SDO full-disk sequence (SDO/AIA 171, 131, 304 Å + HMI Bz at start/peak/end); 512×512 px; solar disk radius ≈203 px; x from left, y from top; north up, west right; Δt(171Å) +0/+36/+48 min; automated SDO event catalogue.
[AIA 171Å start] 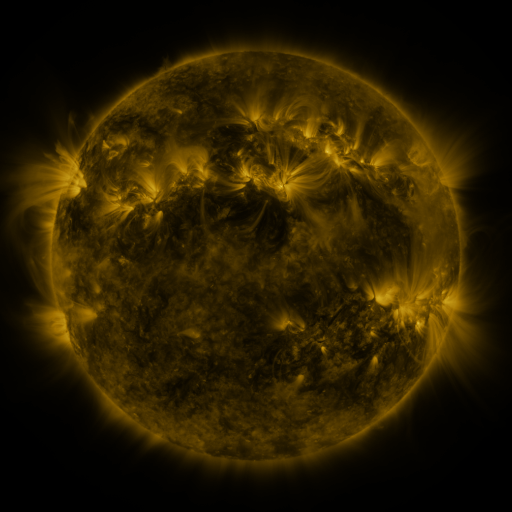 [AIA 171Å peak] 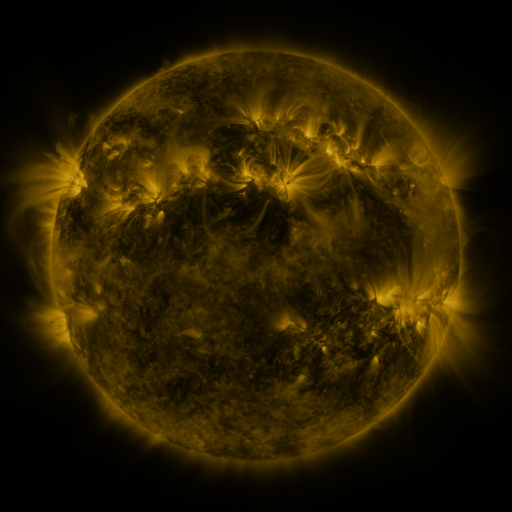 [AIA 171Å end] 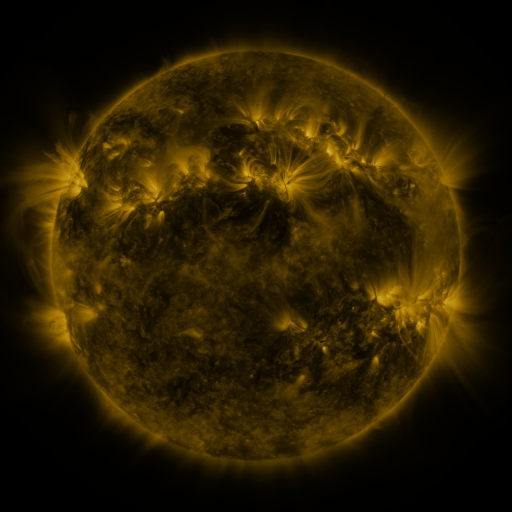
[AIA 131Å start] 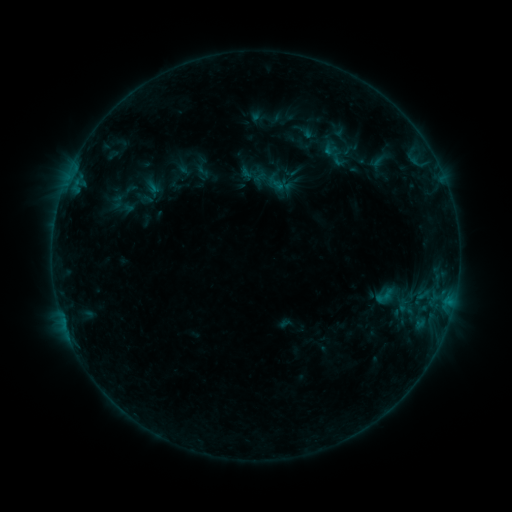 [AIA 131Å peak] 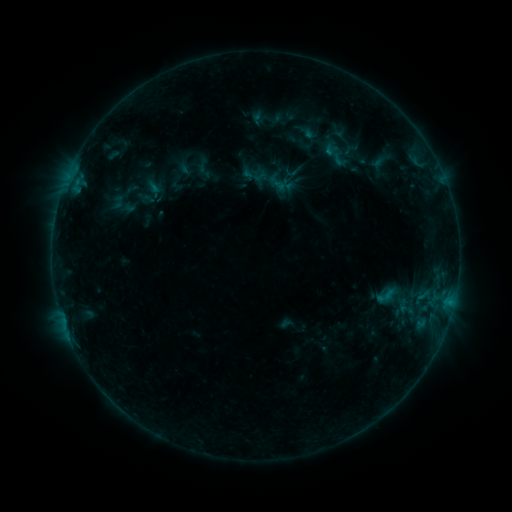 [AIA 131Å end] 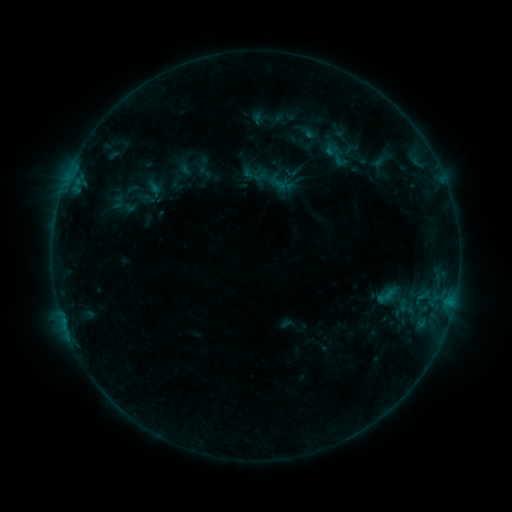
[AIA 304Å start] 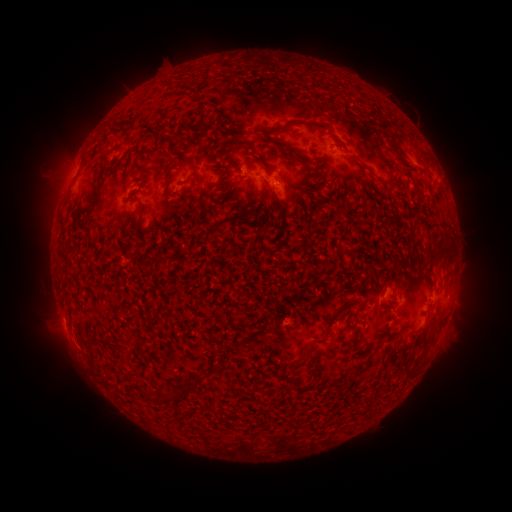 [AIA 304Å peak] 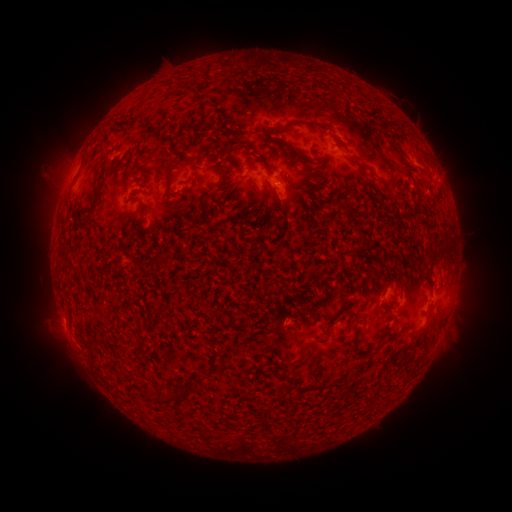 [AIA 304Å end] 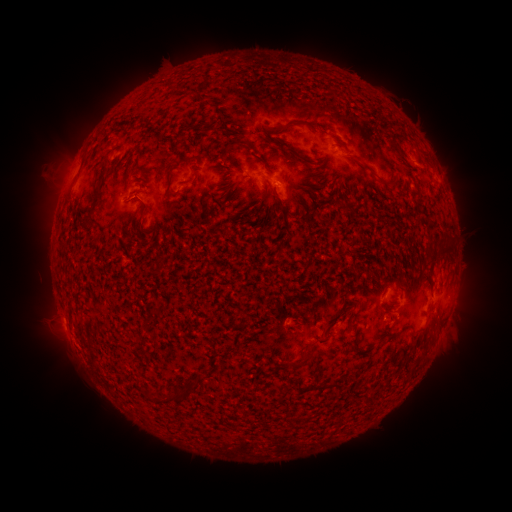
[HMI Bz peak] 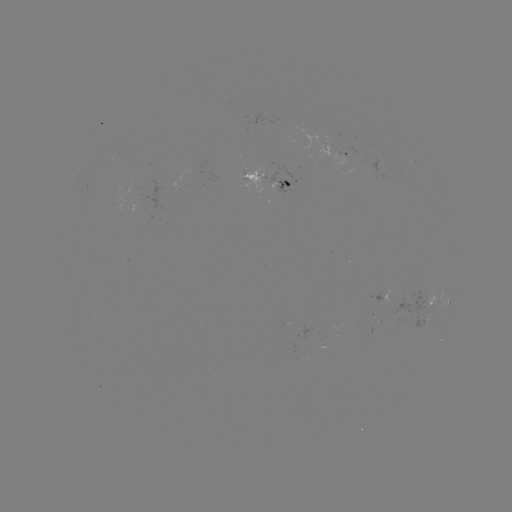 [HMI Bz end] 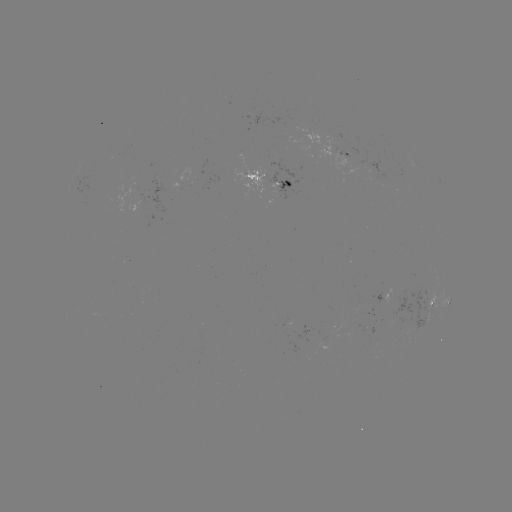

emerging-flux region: <bbox>269, 164, 293, 185</bbox>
